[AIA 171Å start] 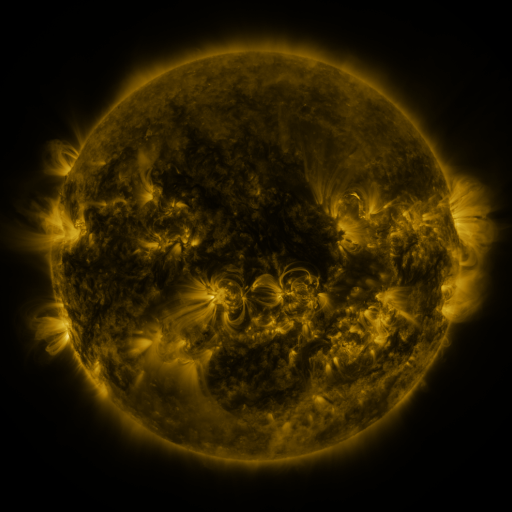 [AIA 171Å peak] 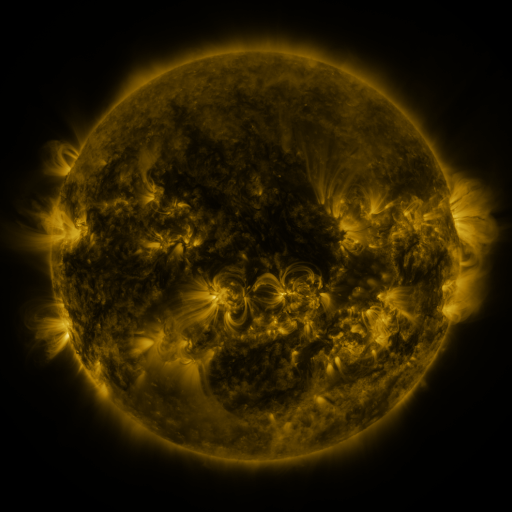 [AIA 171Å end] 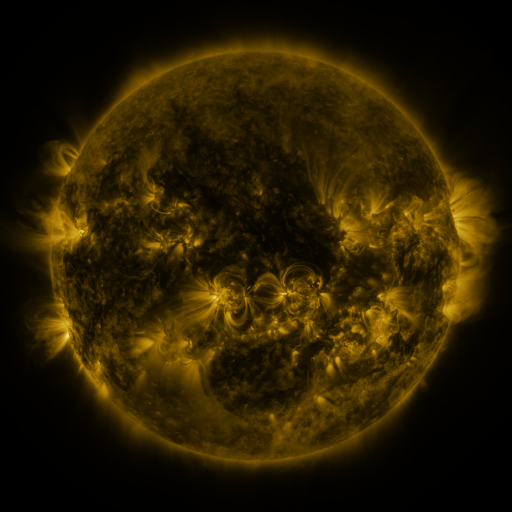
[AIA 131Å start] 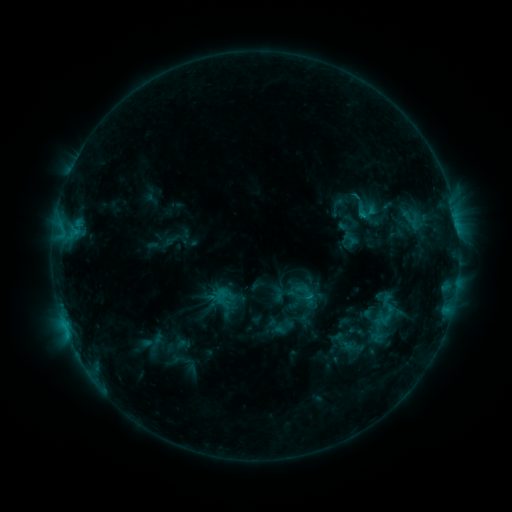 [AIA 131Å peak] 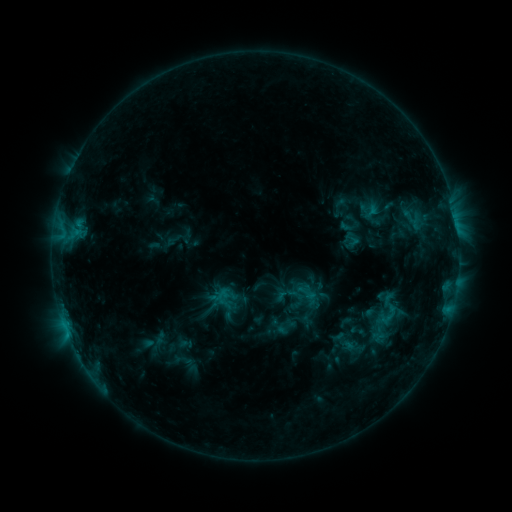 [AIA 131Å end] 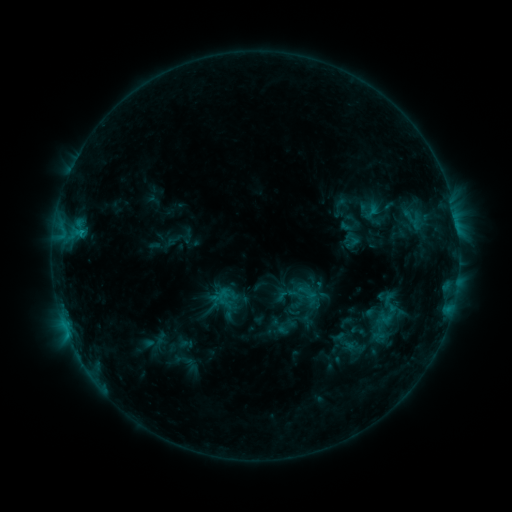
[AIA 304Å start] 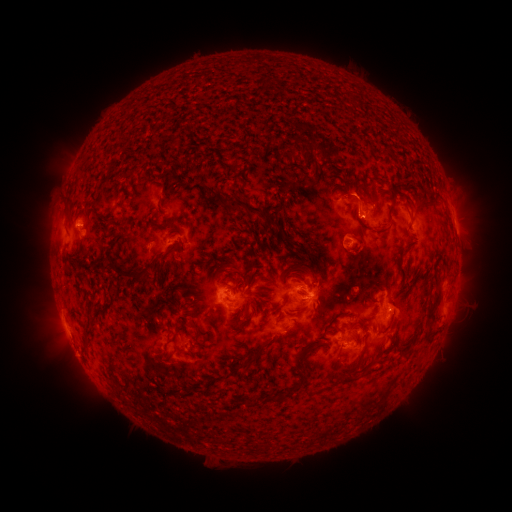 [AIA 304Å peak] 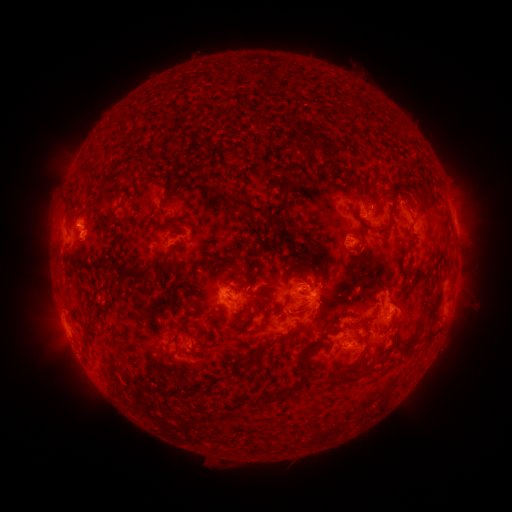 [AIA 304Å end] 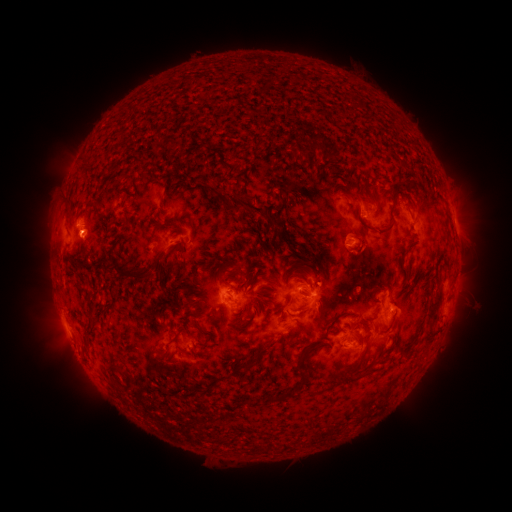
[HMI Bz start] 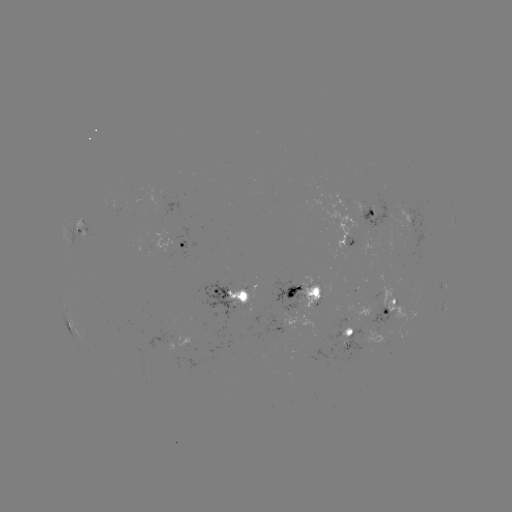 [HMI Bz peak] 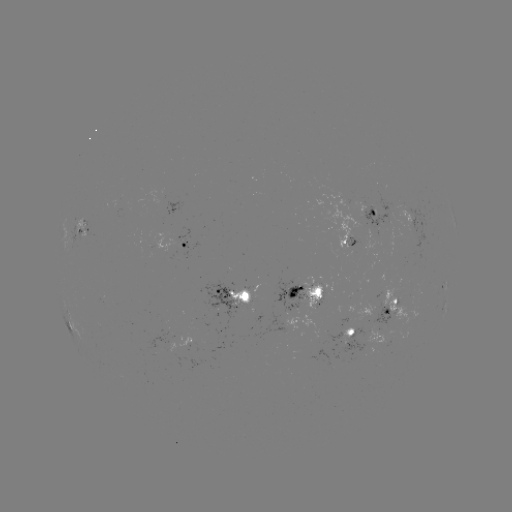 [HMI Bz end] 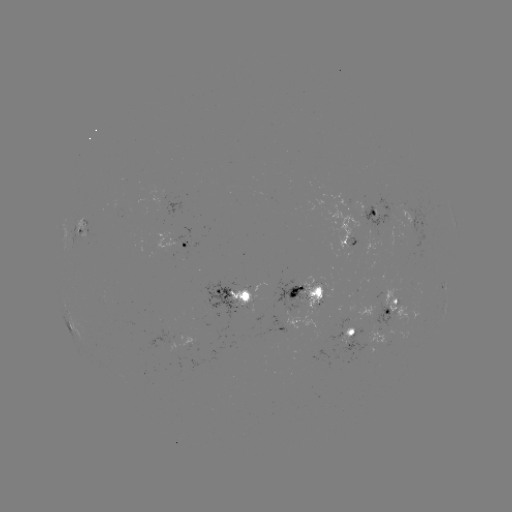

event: emerging-flux region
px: (379, 320)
